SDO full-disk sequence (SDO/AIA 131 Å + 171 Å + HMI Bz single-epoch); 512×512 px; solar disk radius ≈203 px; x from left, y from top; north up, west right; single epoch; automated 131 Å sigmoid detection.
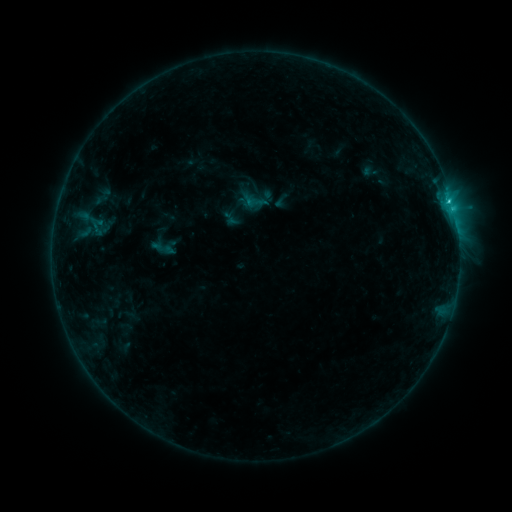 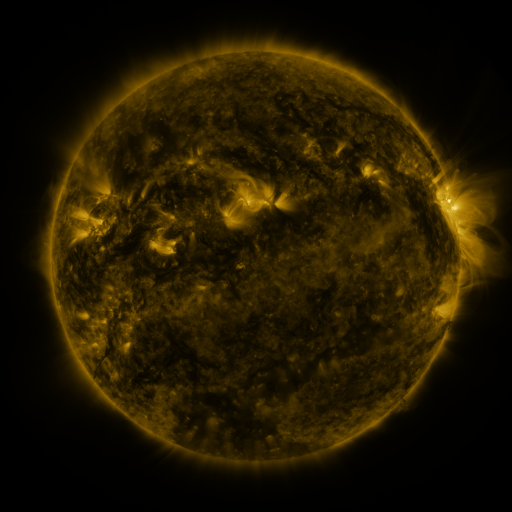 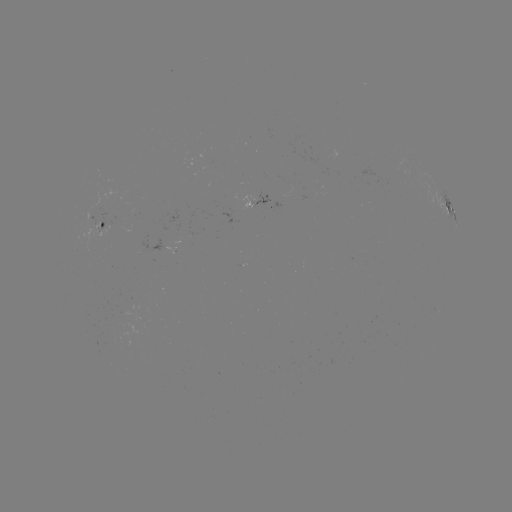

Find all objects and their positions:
sigmoid: (242, 189, 267, 214)
